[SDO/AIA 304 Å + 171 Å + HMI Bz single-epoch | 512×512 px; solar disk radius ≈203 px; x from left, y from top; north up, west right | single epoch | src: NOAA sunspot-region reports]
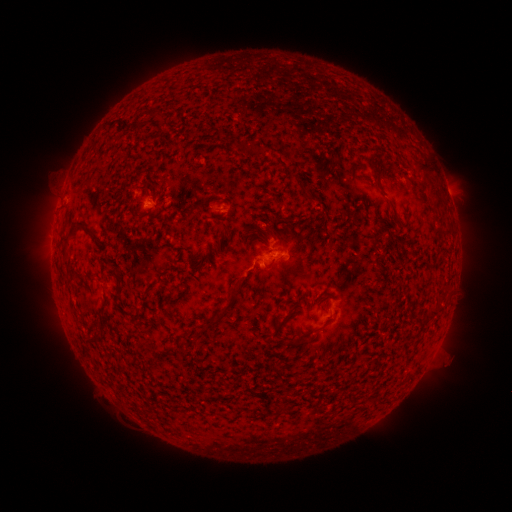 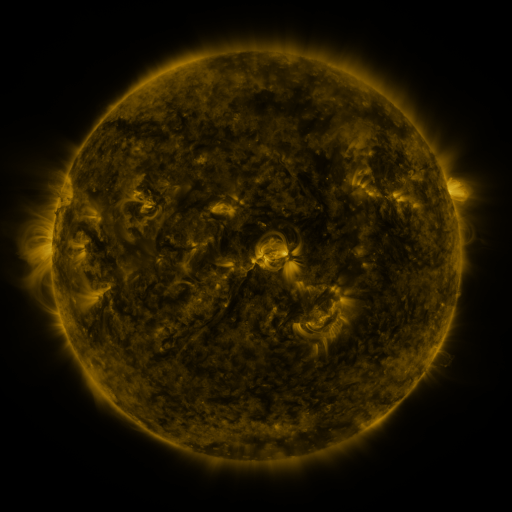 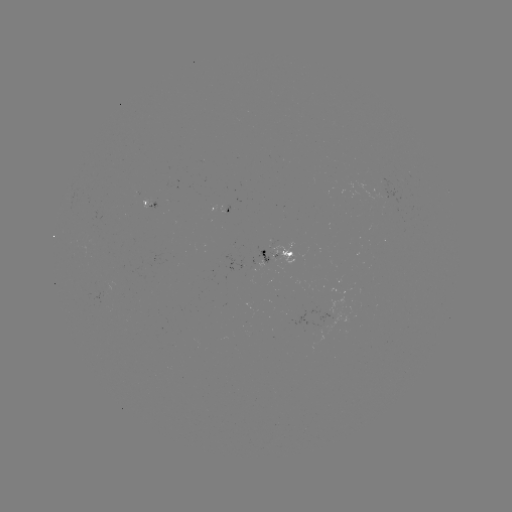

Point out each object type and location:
spotted active region: (224, 206)
spotted active region: (280, 248)
